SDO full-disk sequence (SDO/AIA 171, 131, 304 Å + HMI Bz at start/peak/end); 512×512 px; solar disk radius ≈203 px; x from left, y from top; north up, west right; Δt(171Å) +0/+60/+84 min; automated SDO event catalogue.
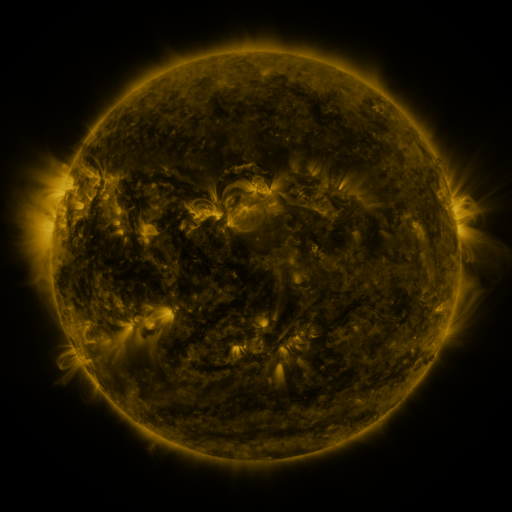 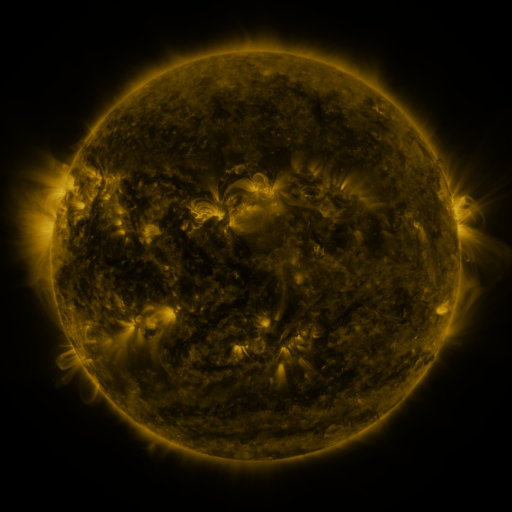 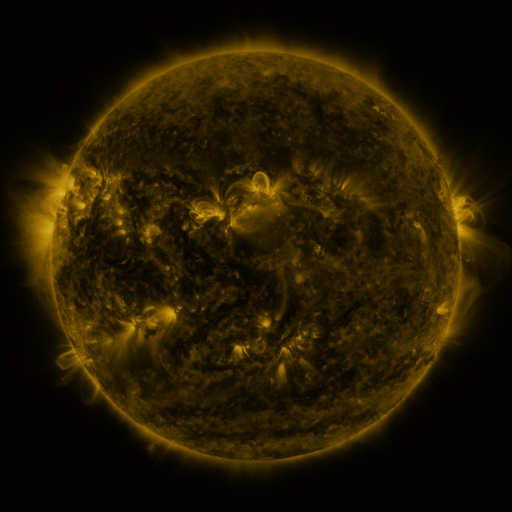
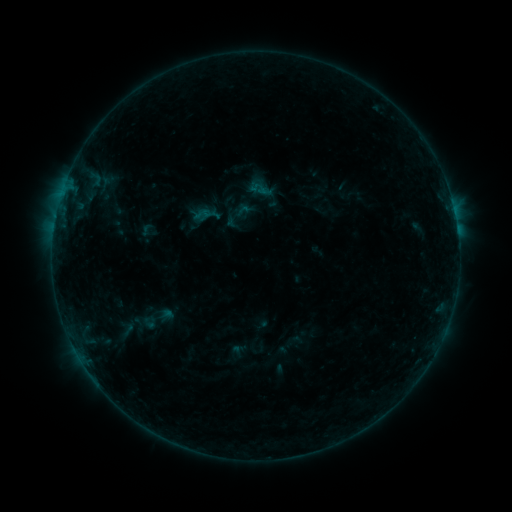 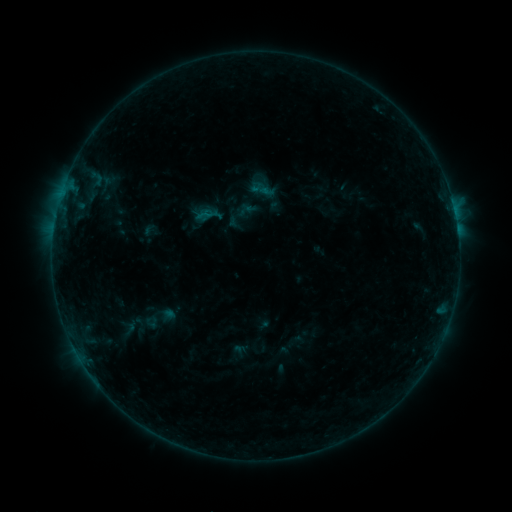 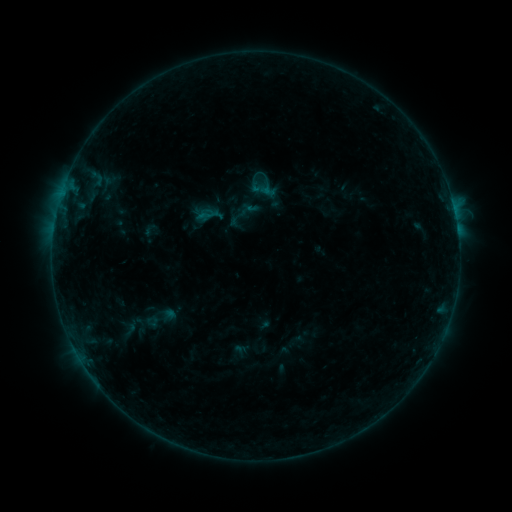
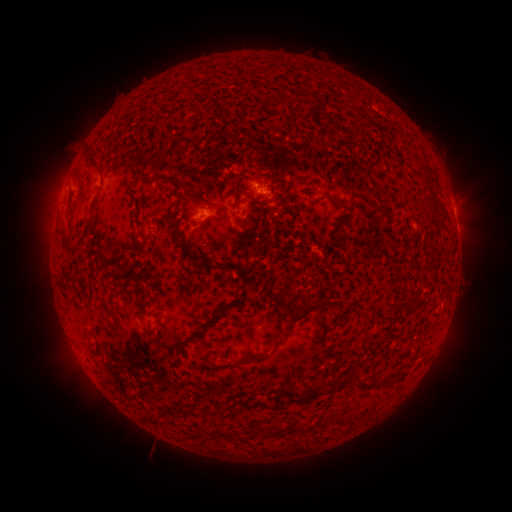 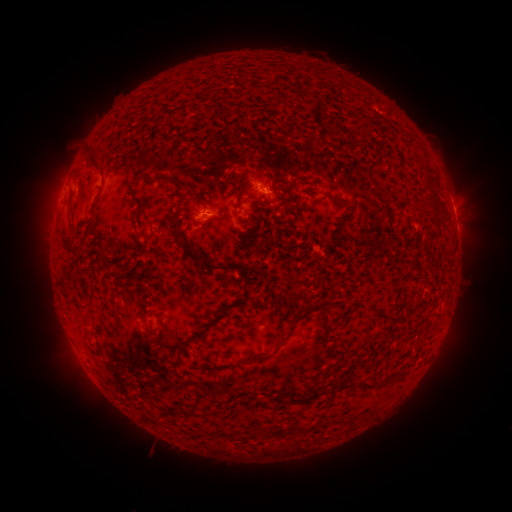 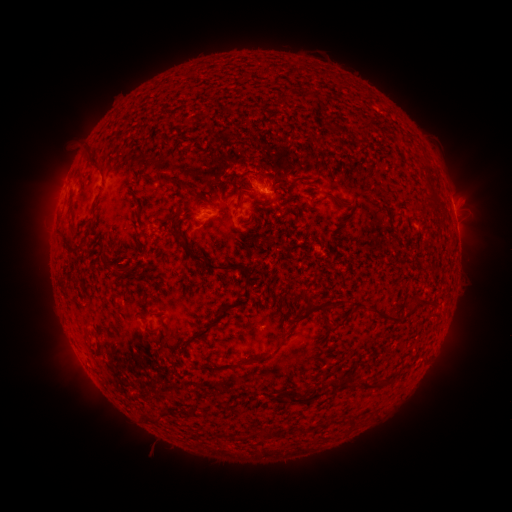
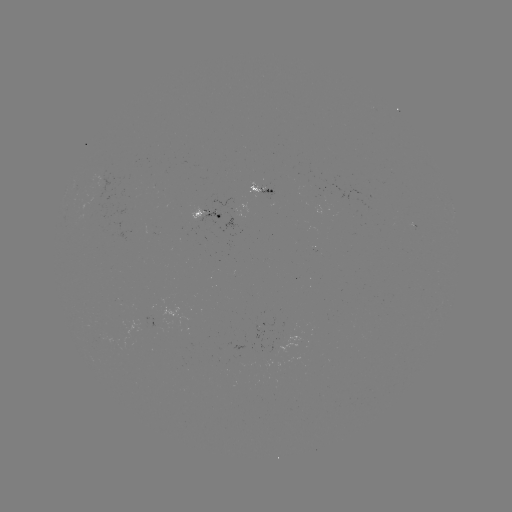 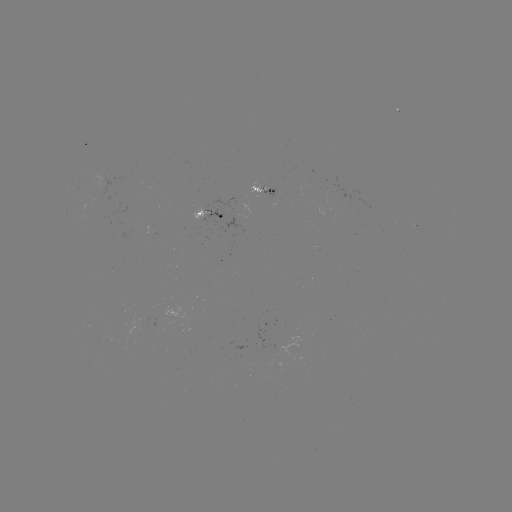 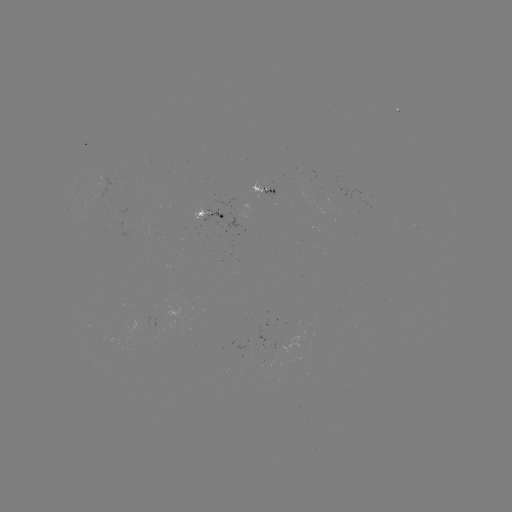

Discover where emerging-flux region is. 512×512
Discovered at [96, 204].